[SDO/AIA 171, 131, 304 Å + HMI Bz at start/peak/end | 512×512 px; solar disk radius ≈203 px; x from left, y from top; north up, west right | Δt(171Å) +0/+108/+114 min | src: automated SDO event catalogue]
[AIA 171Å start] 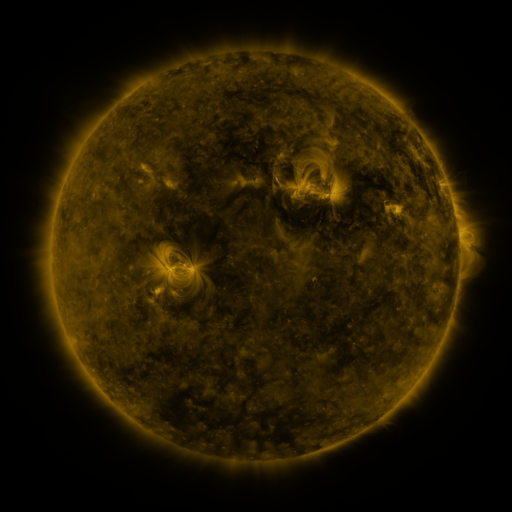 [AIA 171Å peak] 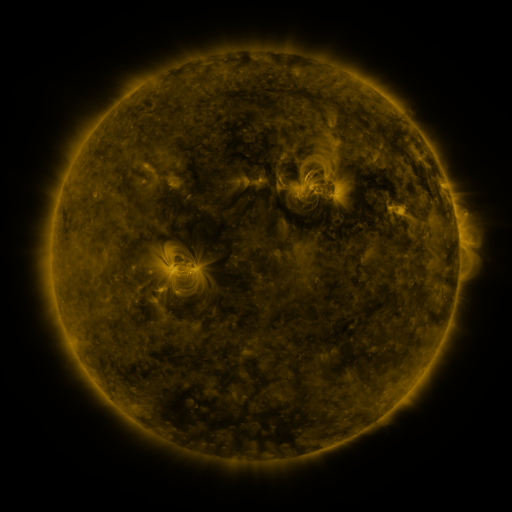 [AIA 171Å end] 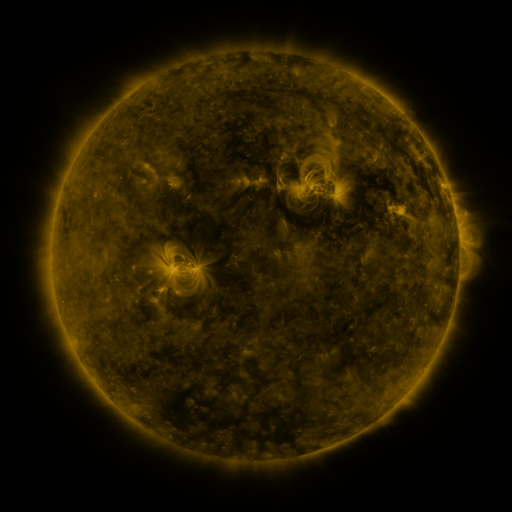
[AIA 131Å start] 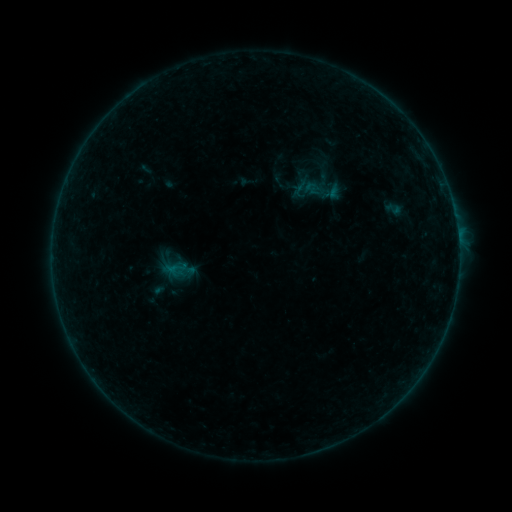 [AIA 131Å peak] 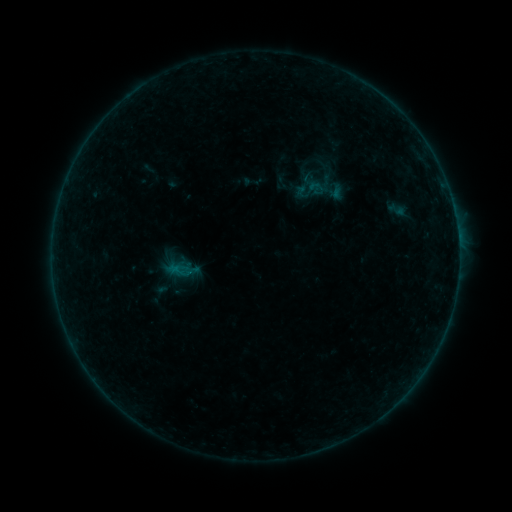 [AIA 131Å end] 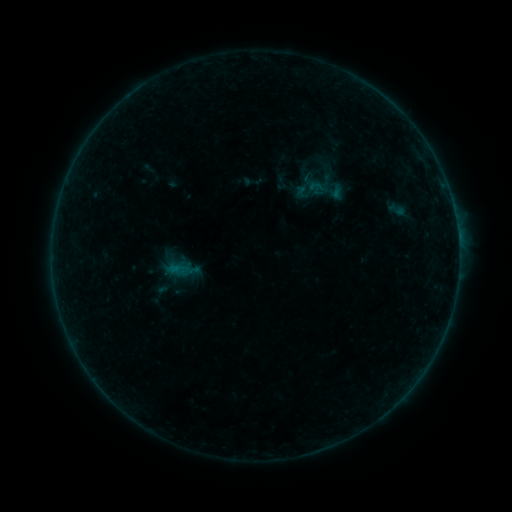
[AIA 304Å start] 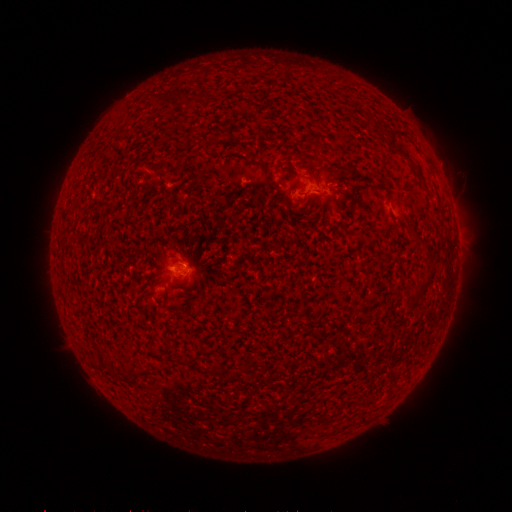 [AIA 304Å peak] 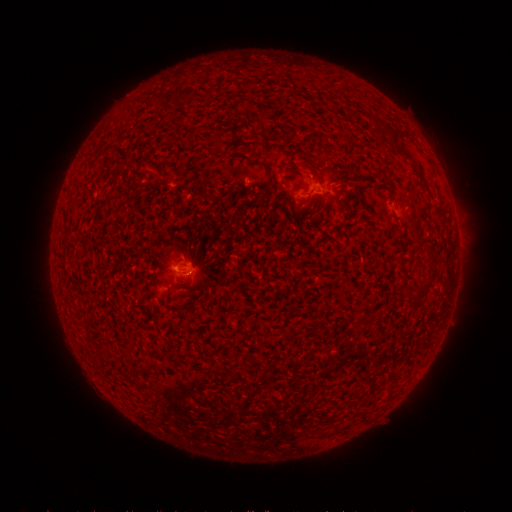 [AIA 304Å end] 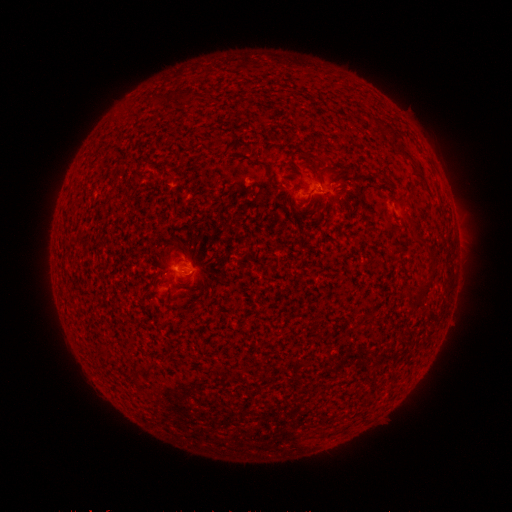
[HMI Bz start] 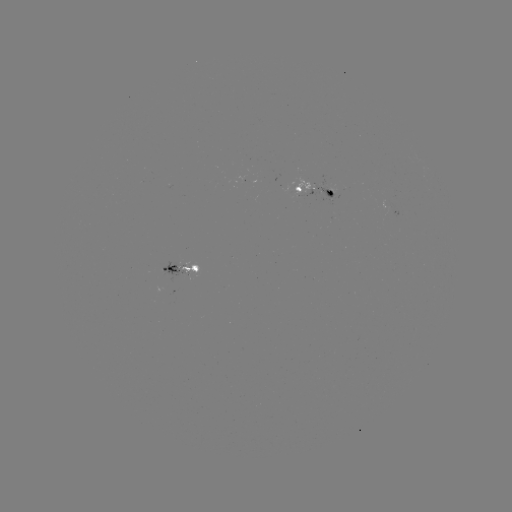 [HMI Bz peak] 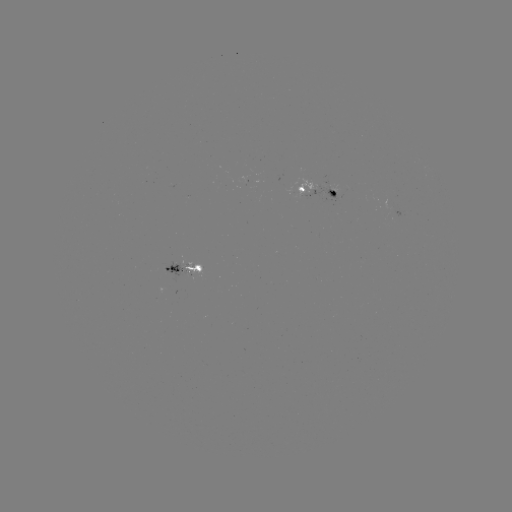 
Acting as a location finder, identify emerging-flux region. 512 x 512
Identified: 193,271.